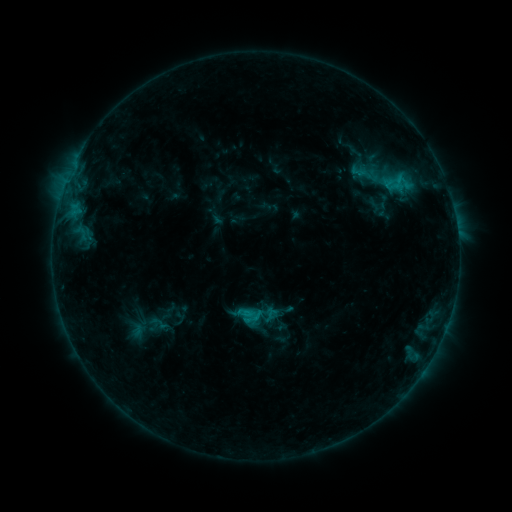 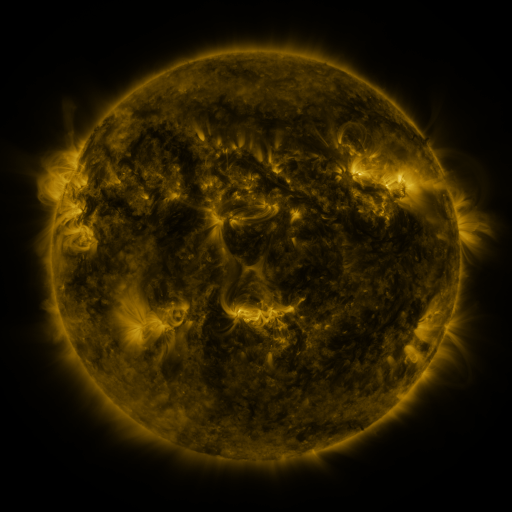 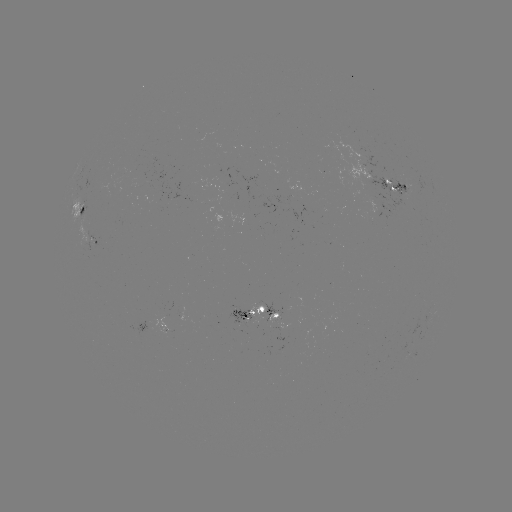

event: sigmoid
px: (159, 323)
